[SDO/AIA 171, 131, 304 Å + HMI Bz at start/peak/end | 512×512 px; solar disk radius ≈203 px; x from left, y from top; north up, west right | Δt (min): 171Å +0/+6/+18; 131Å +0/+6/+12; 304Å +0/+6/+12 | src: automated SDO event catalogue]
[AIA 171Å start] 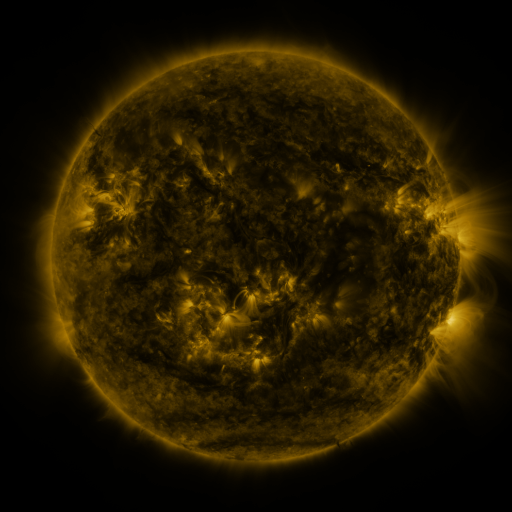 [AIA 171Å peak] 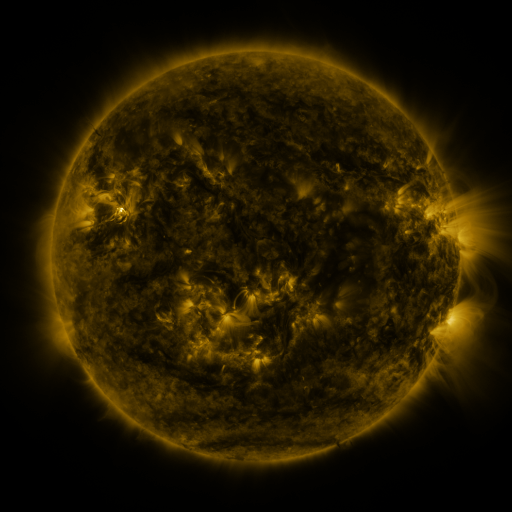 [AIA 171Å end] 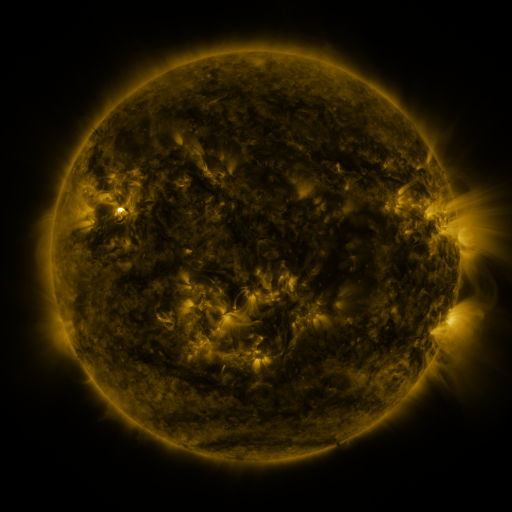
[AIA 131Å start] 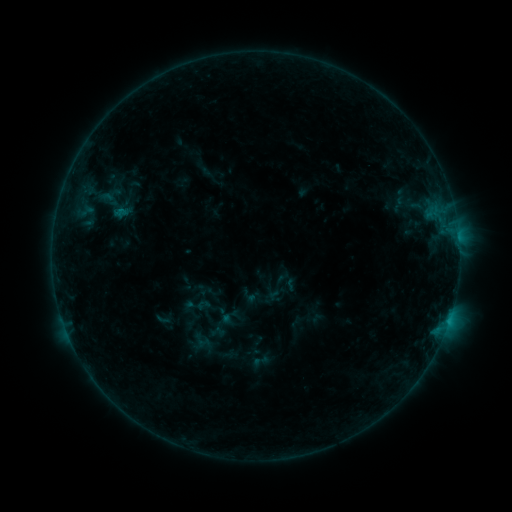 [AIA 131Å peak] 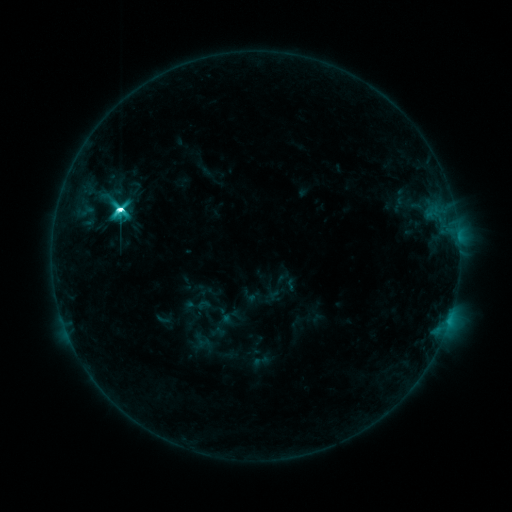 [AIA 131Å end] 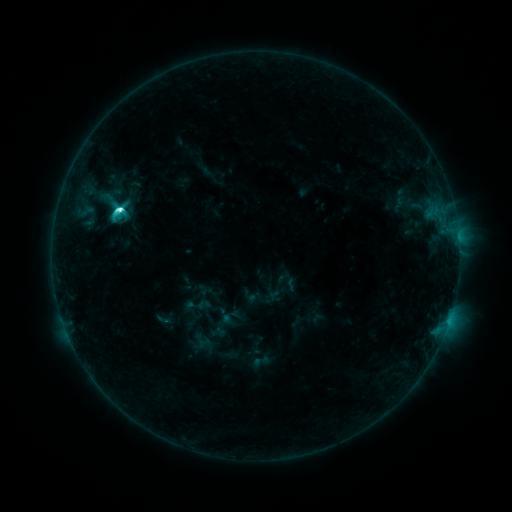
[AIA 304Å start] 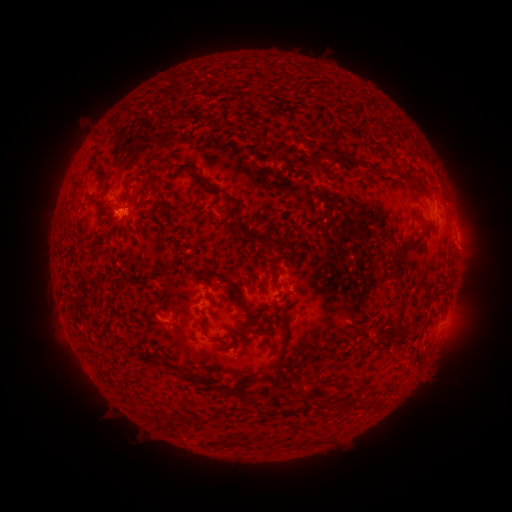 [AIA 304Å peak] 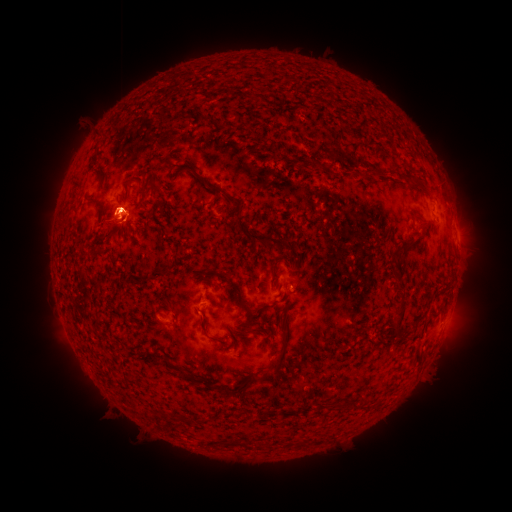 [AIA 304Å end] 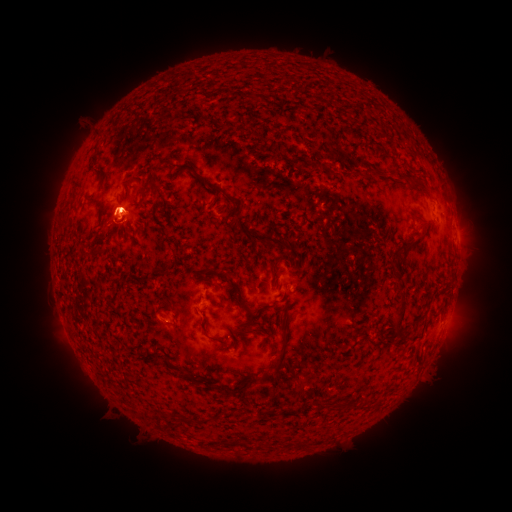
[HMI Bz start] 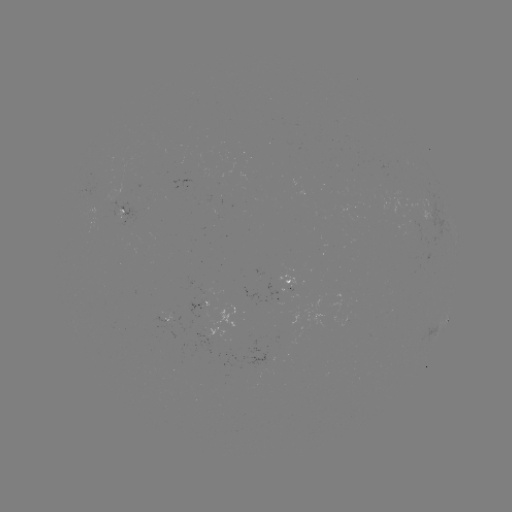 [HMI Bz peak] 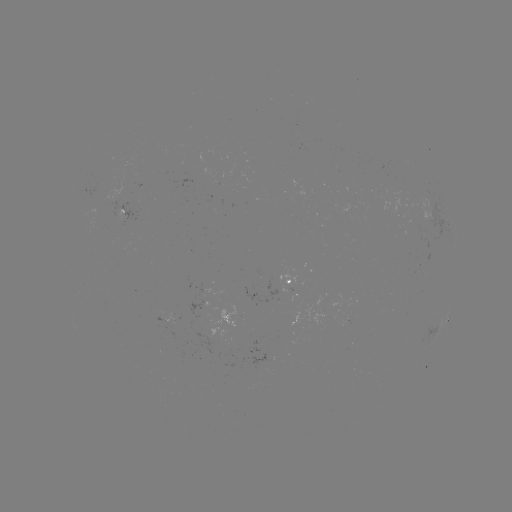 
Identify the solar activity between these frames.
M1.0 flare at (122, 211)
